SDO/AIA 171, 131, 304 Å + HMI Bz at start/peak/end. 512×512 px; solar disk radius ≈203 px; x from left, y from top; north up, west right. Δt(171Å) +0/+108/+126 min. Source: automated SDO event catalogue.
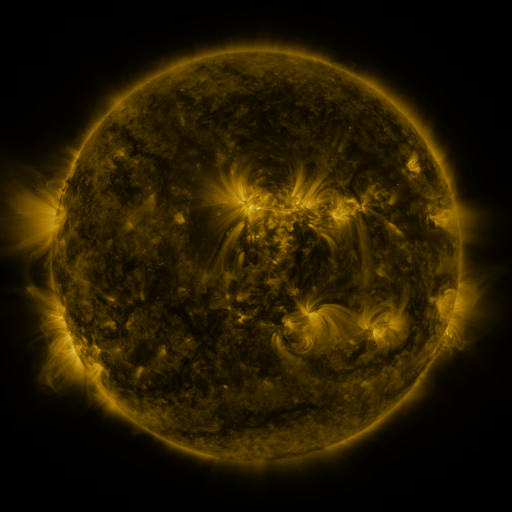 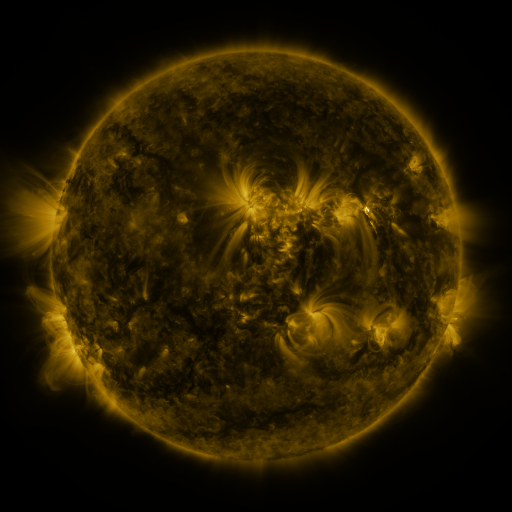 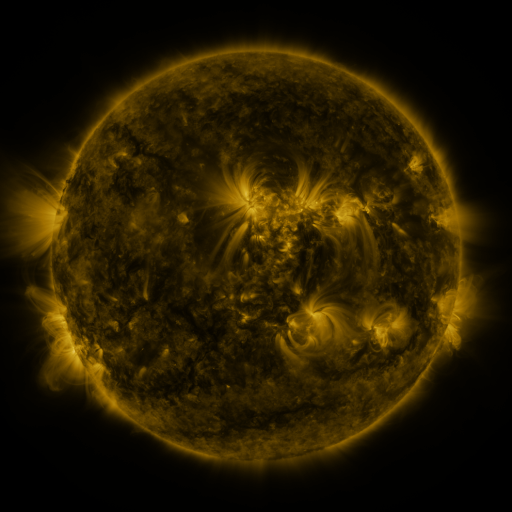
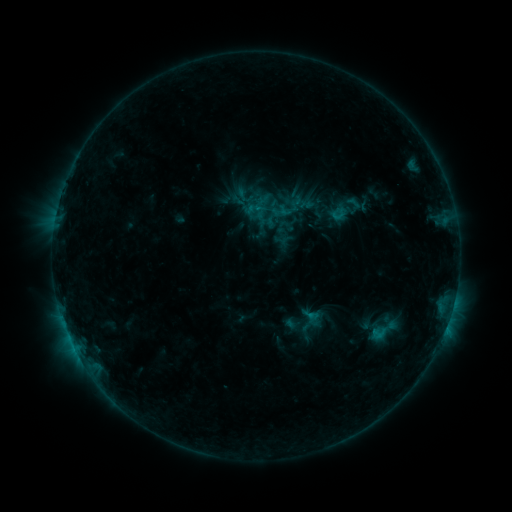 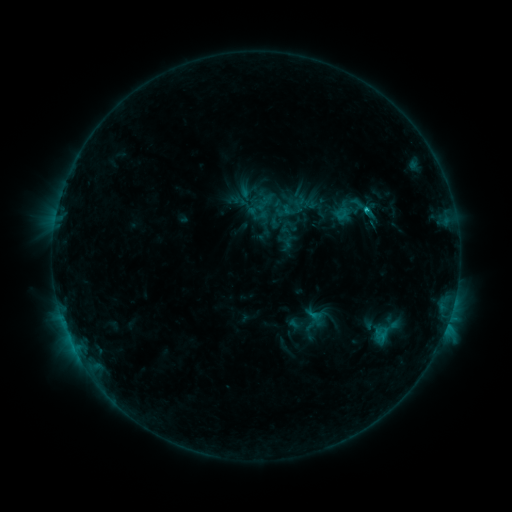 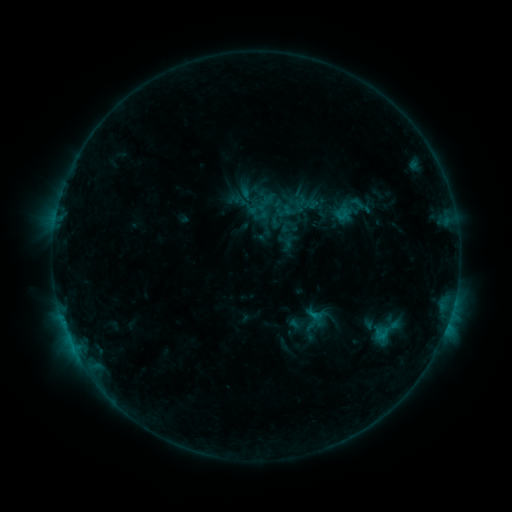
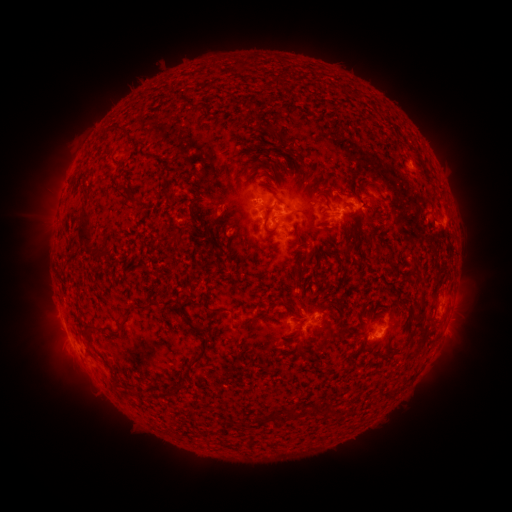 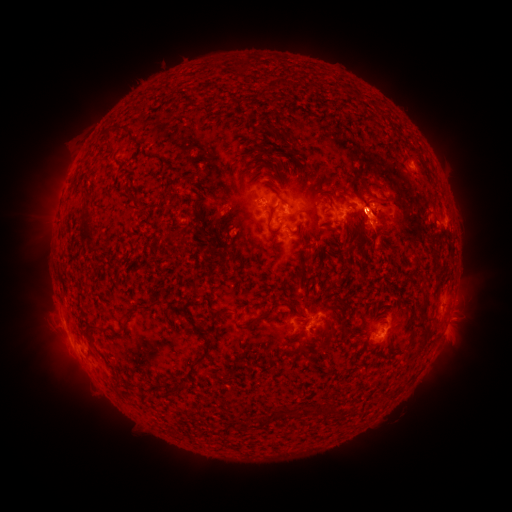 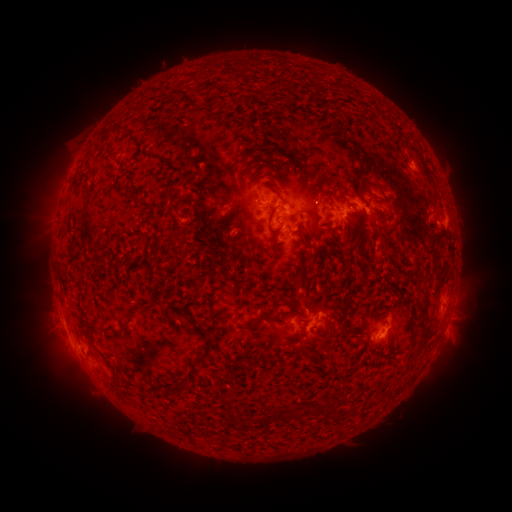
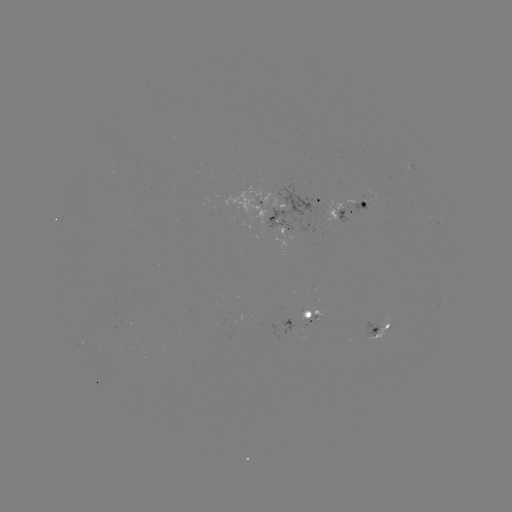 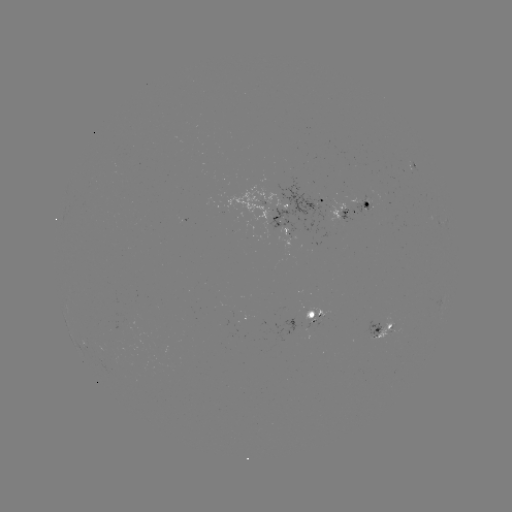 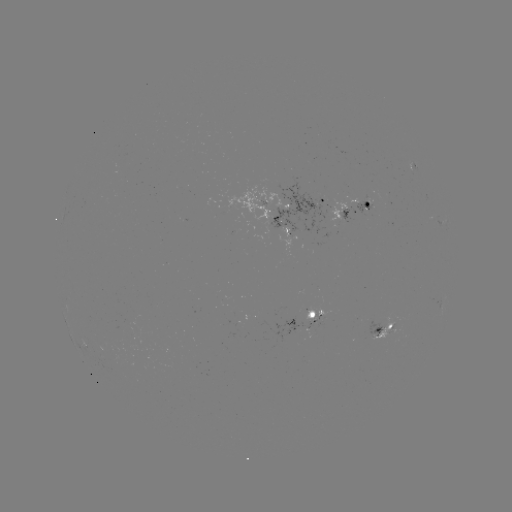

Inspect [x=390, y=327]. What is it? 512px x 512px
emerging-flux region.